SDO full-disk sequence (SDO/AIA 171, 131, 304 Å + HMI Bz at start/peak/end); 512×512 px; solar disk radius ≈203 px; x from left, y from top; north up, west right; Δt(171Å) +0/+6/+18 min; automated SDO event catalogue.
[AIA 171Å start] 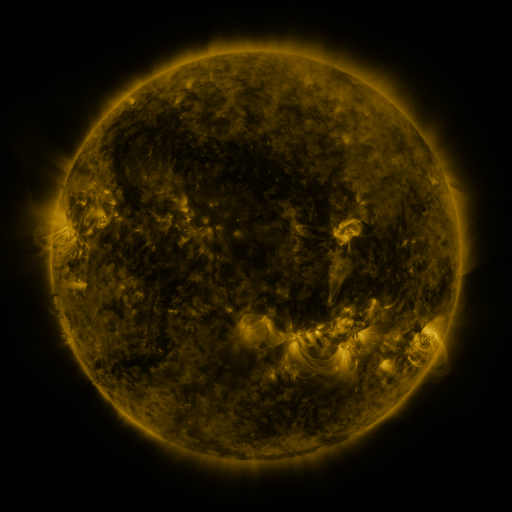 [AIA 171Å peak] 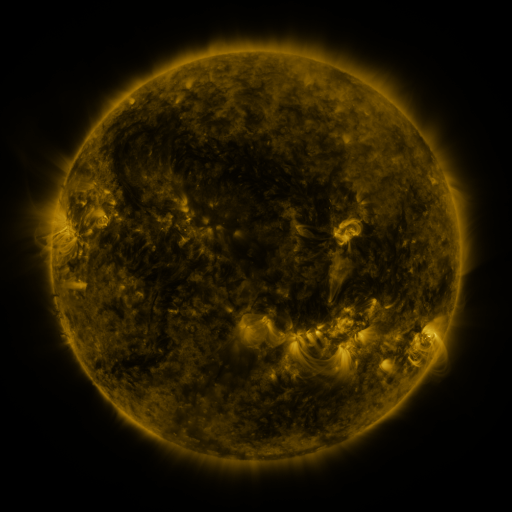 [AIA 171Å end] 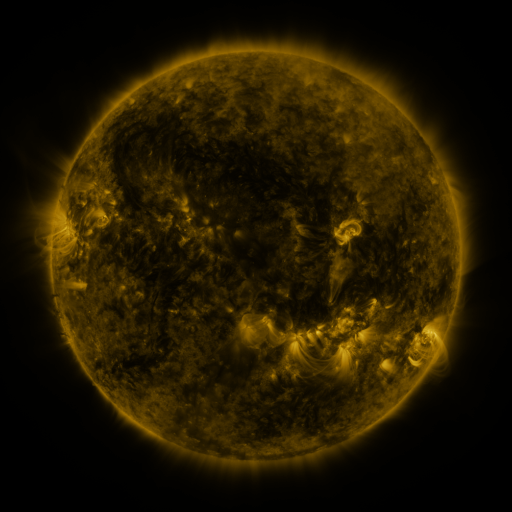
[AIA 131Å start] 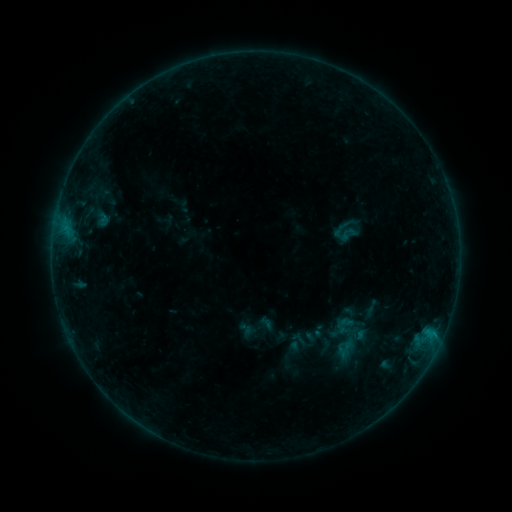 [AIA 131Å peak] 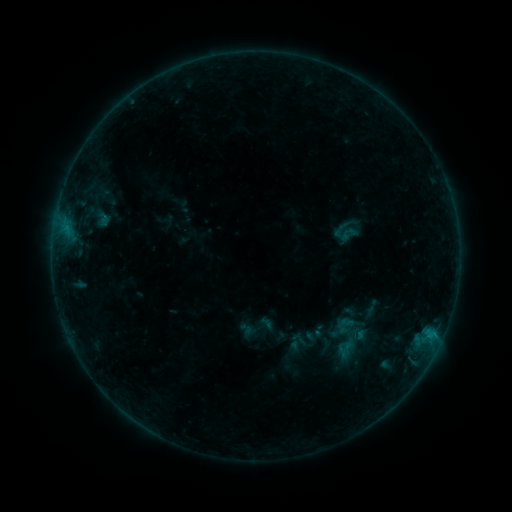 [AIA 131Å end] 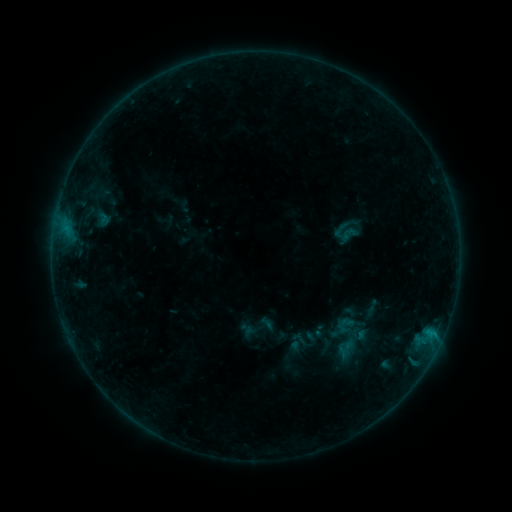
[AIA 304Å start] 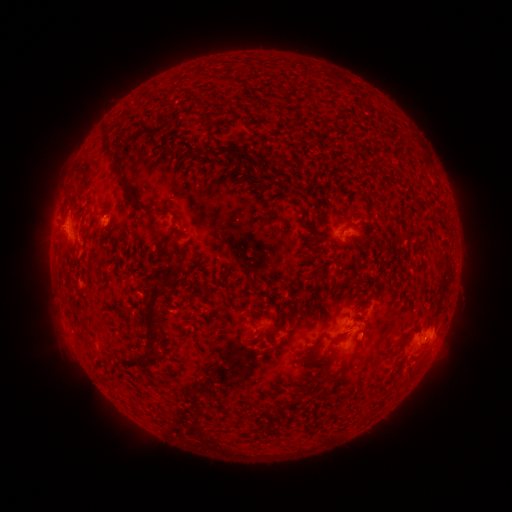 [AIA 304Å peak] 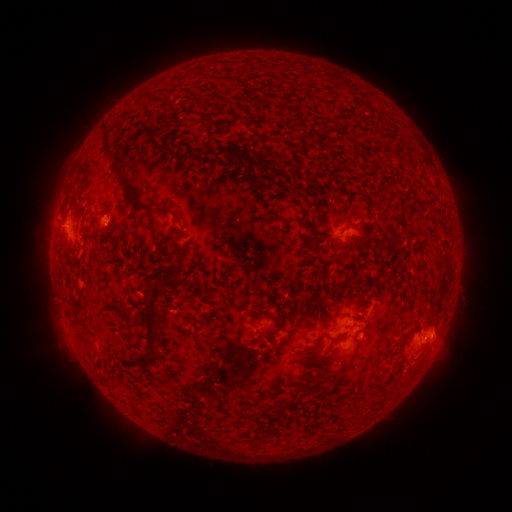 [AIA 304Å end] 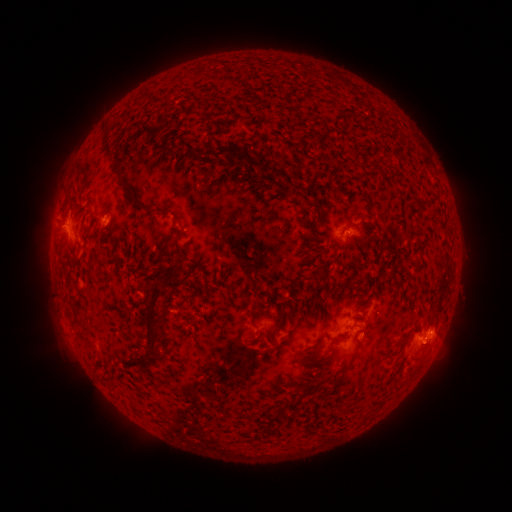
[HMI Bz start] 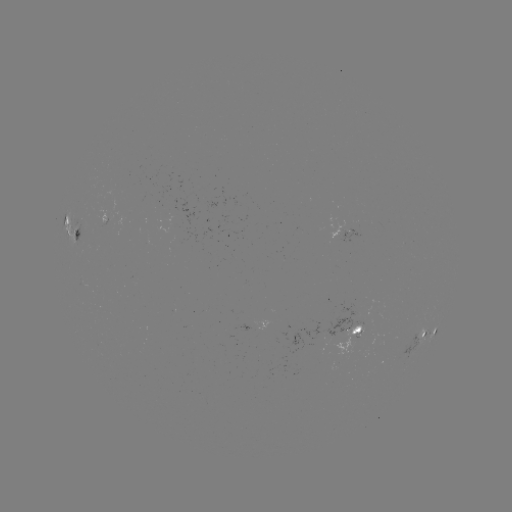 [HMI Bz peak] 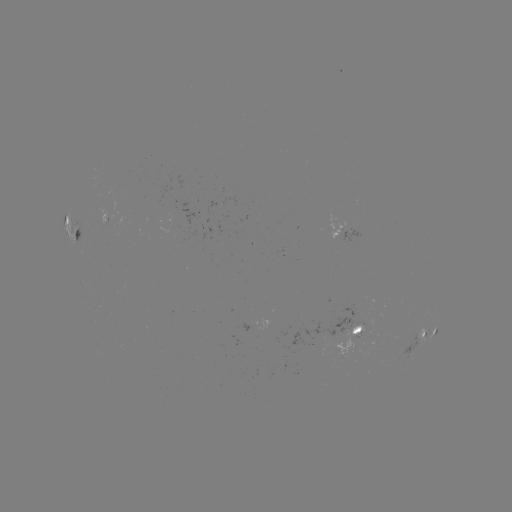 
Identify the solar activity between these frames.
no catalogued flare and no flagged EUV brightening in this window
